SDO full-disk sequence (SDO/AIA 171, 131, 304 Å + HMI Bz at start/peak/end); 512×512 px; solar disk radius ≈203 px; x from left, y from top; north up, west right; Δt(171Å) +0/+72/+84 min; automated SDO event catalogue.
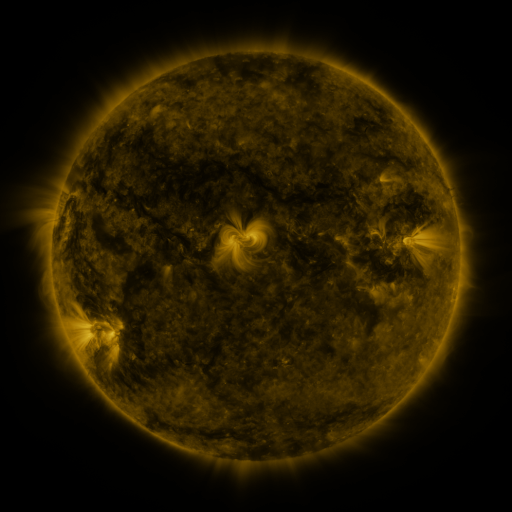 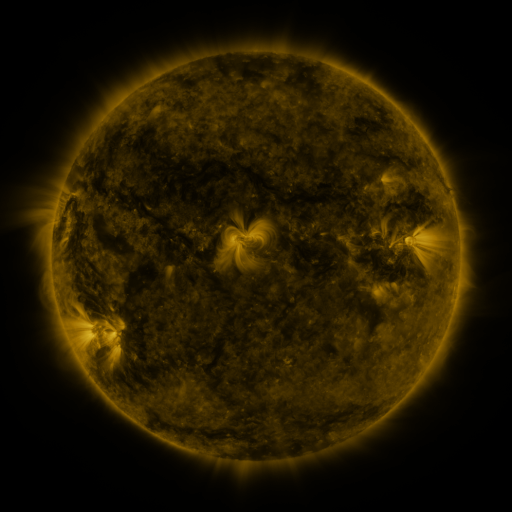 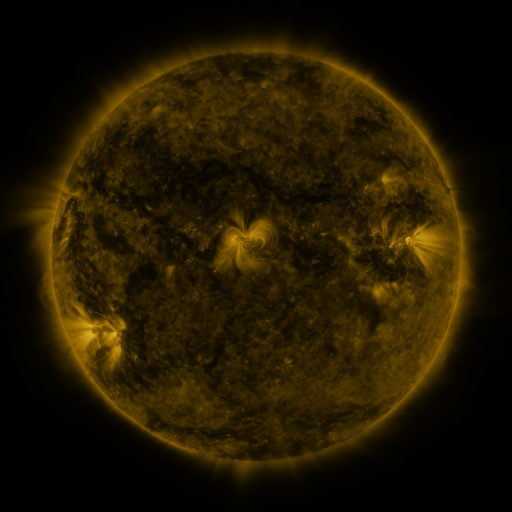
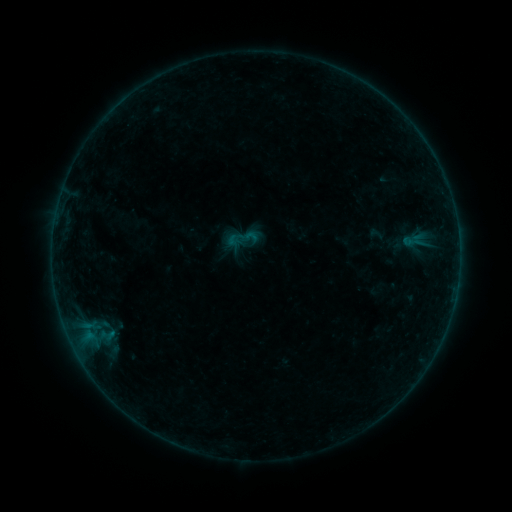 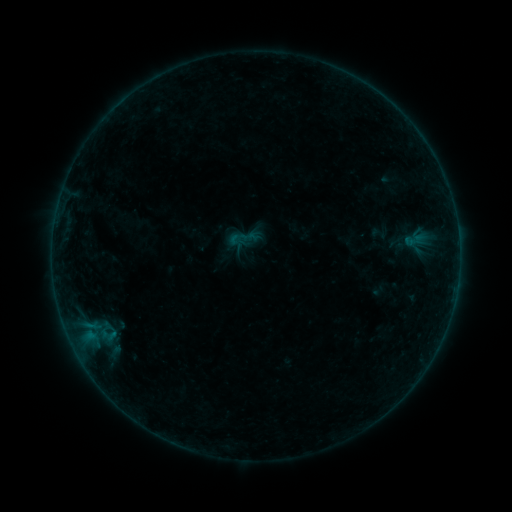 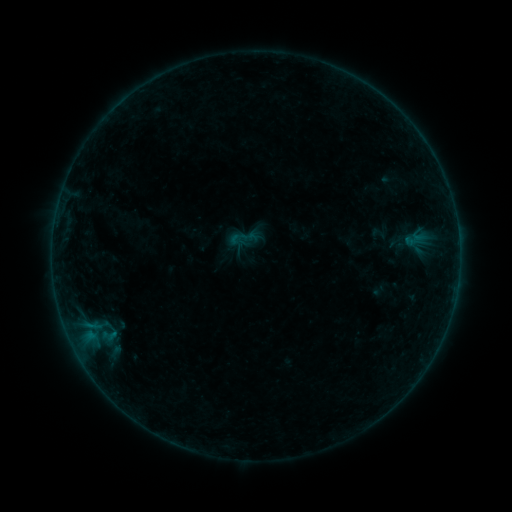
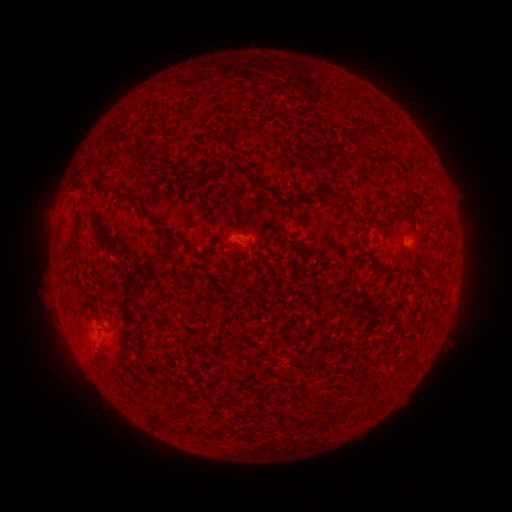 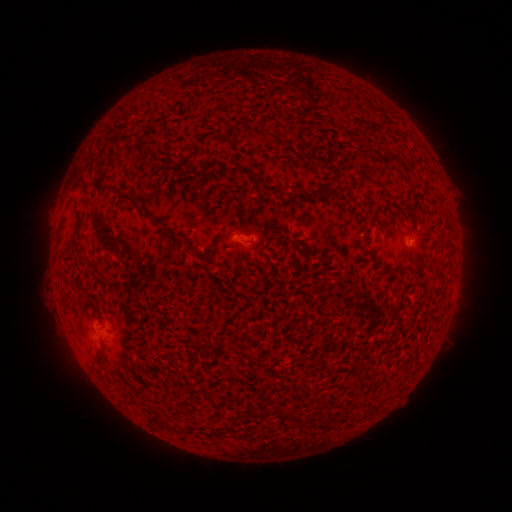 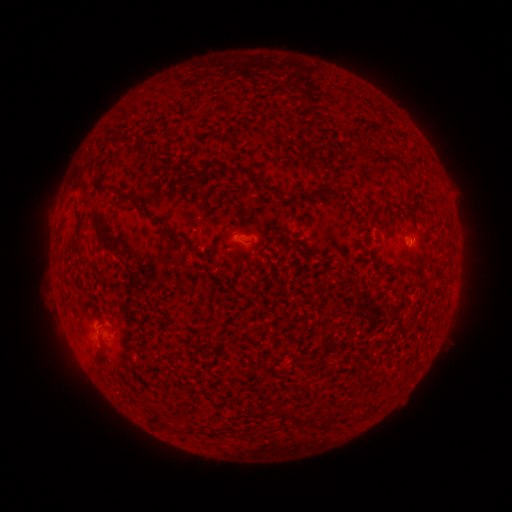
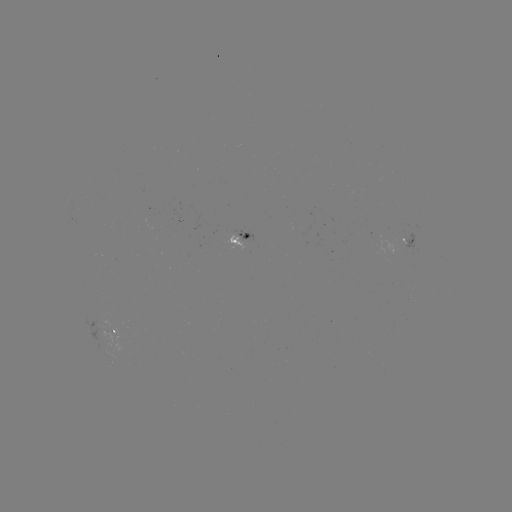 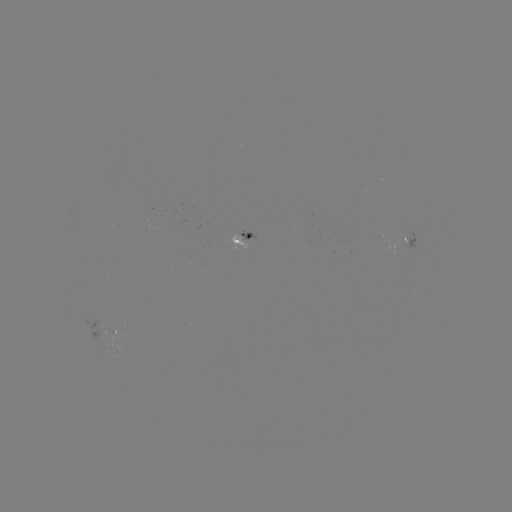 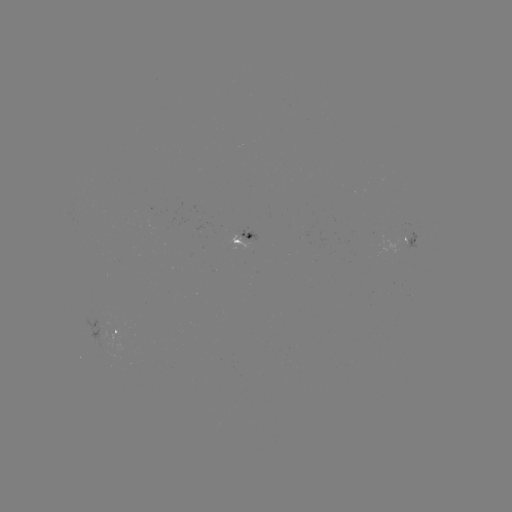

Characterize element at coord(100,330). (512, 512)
emerging-flux region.